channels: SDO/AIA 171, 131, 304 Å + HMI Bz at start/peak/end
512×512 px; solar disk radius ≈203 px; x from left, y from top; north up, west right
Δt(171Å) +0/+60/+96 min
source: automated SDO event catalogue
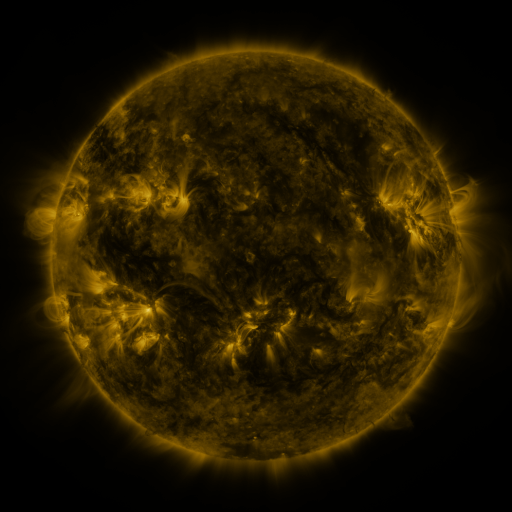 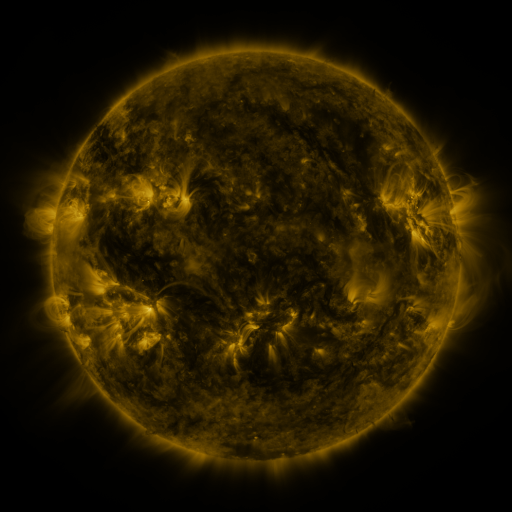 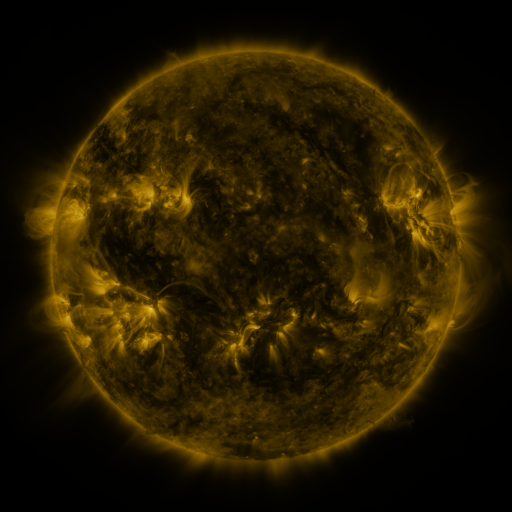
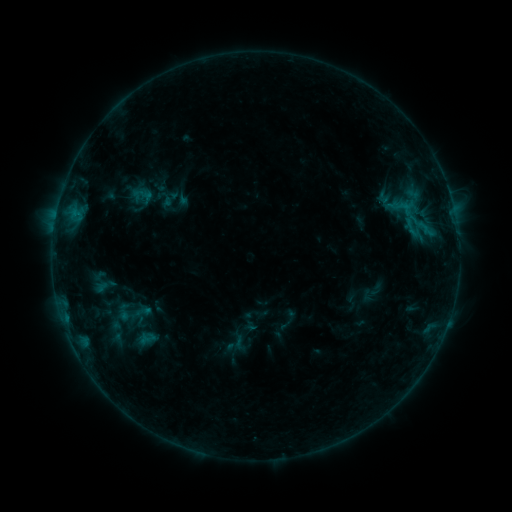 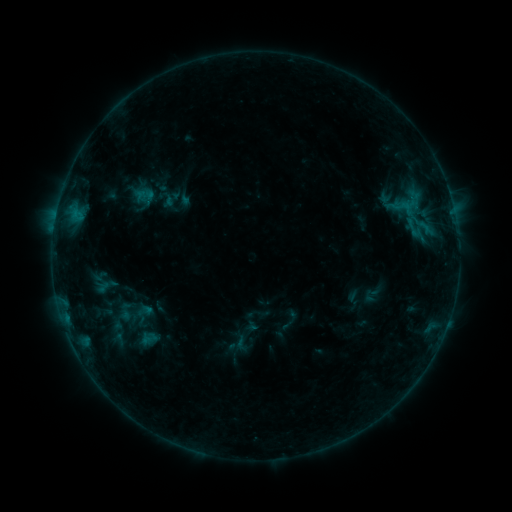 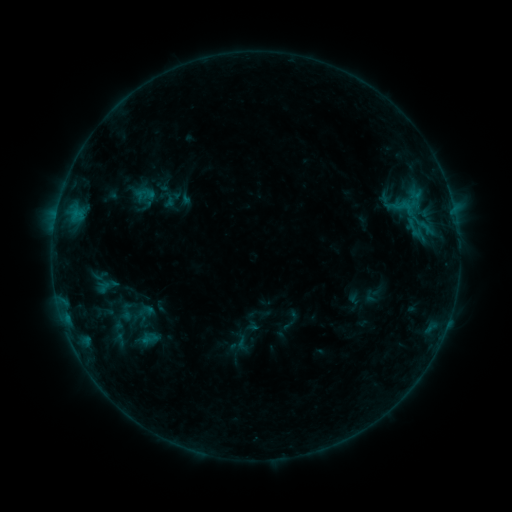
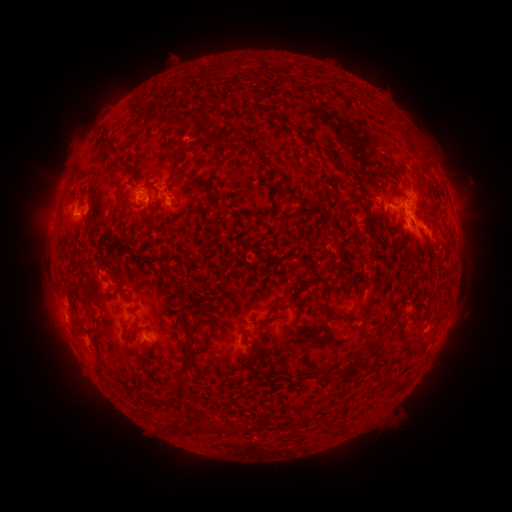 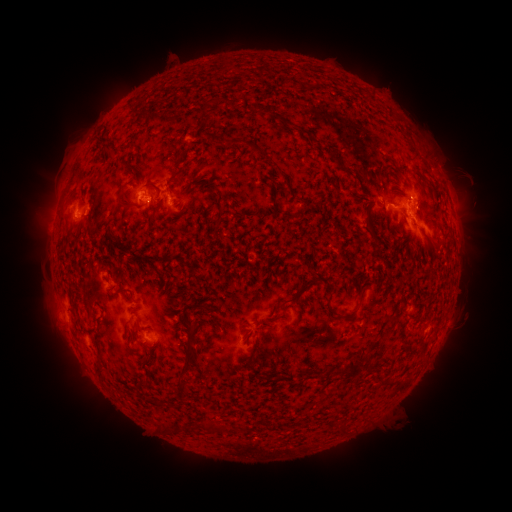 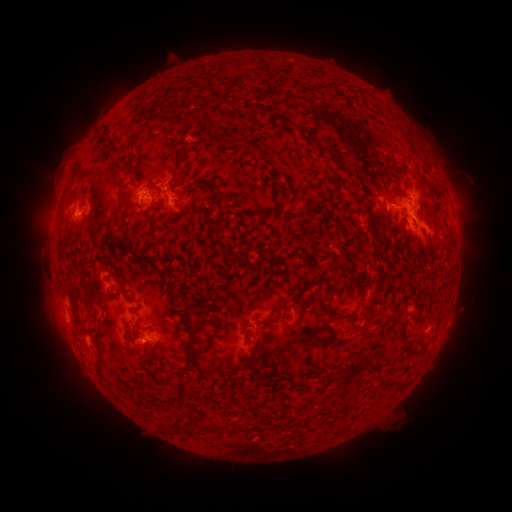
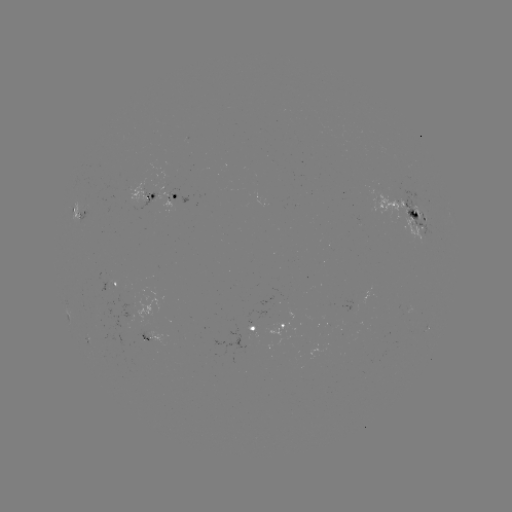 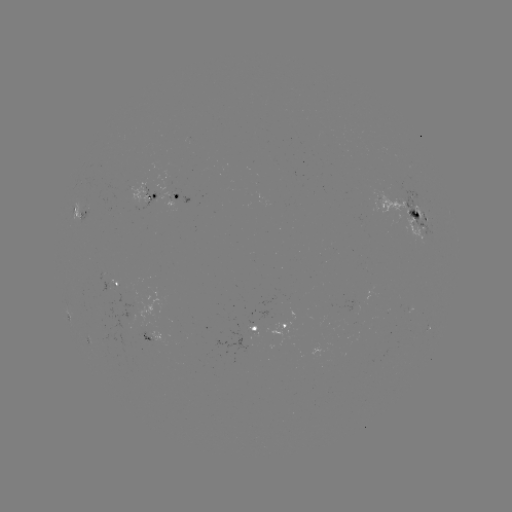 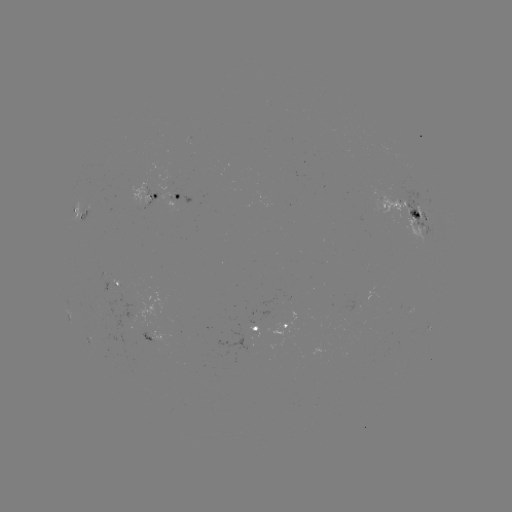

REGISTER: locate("emerging-flux region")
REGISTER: (172, 319)